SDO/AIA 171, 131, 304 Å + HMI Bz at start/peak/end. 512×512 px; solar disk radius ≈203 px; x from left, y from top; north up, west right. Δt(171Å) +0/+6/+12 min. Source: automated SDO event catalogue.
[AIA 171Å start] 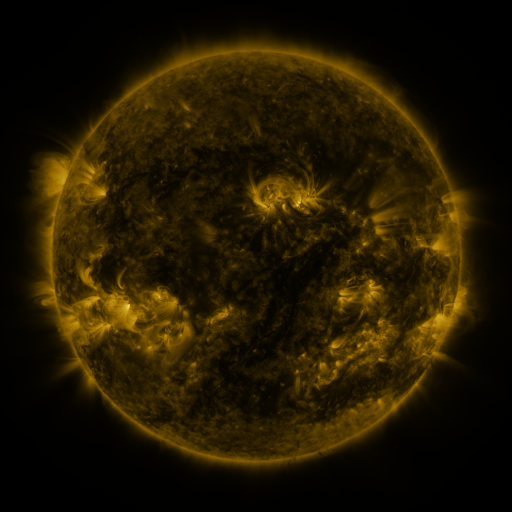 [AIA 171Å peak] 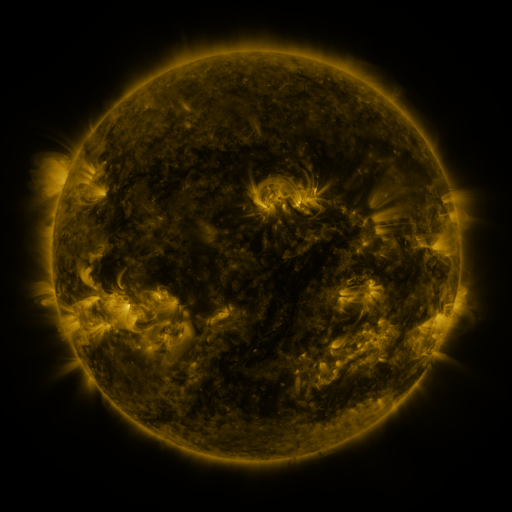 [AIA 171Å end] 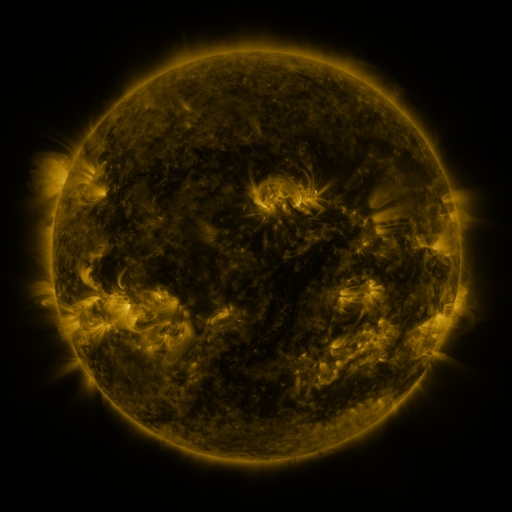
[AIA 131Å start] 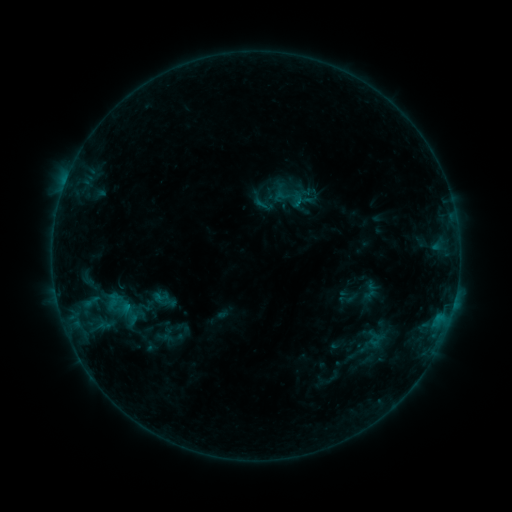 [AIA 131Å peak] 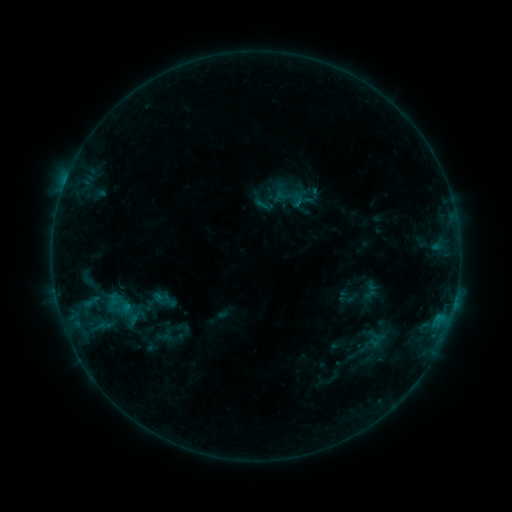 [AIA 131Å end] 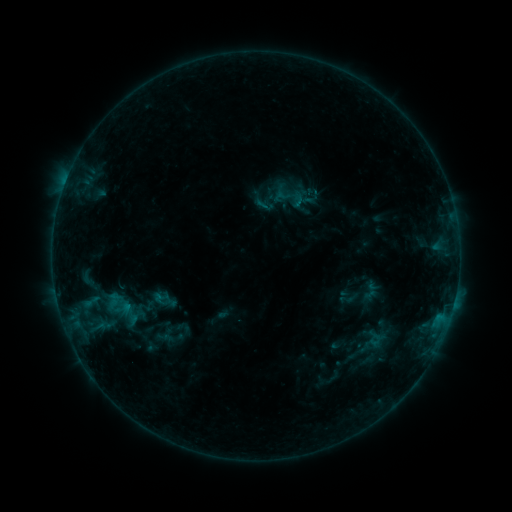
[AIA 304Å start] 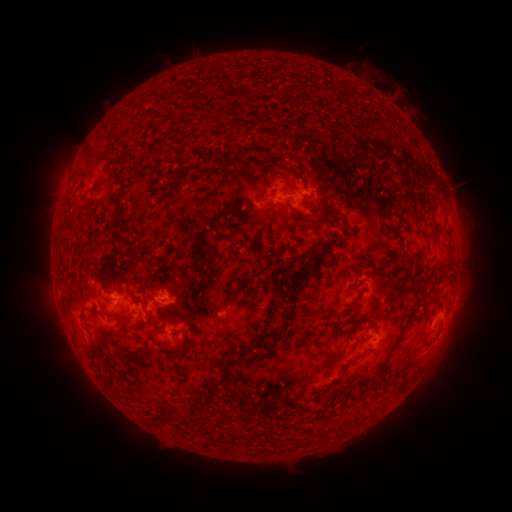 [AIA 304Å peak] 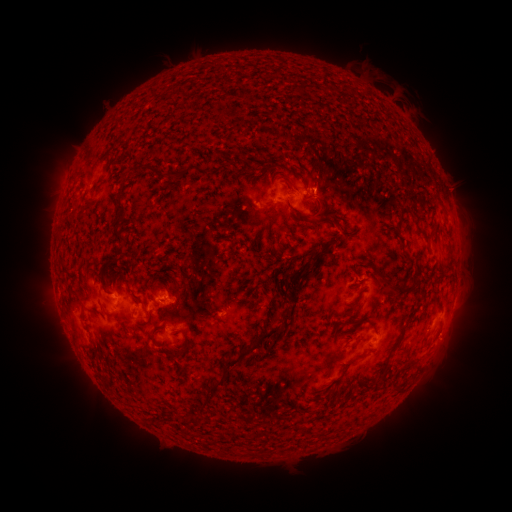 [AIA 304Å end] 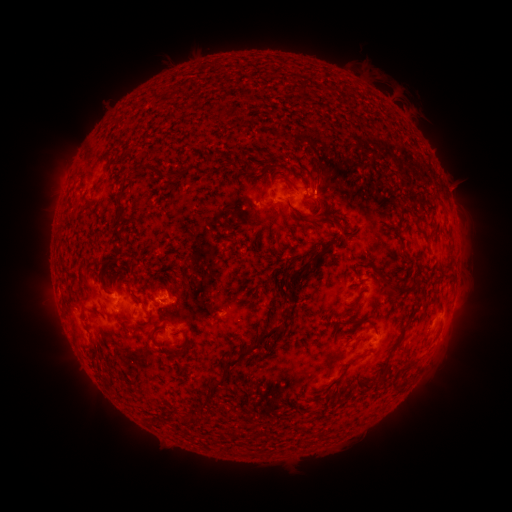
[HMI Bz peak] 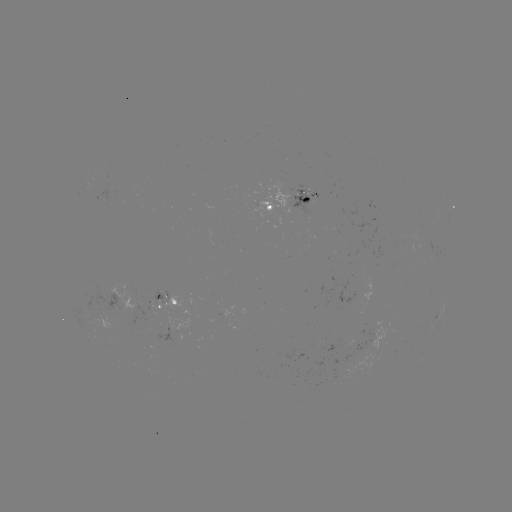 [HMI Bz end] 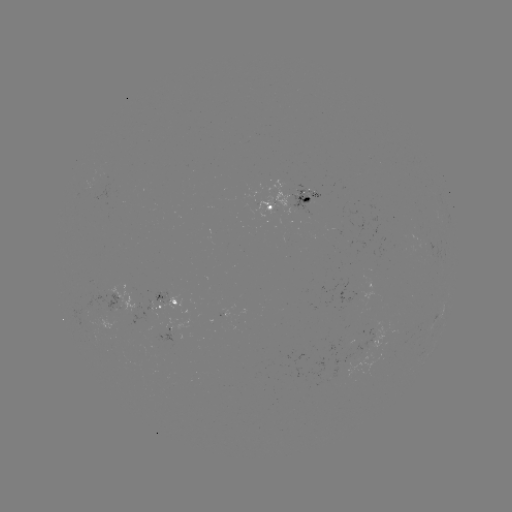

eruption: (300, 151, 349, 200)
